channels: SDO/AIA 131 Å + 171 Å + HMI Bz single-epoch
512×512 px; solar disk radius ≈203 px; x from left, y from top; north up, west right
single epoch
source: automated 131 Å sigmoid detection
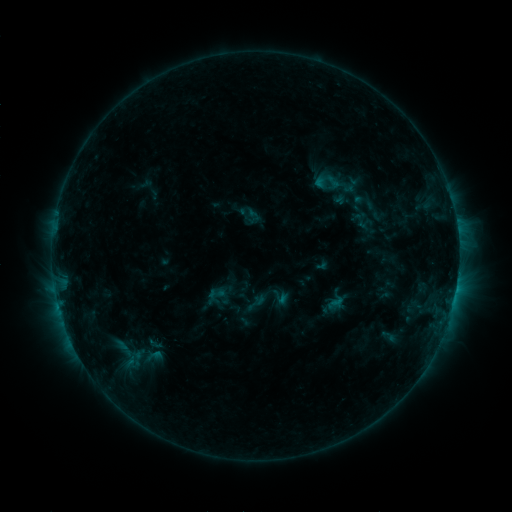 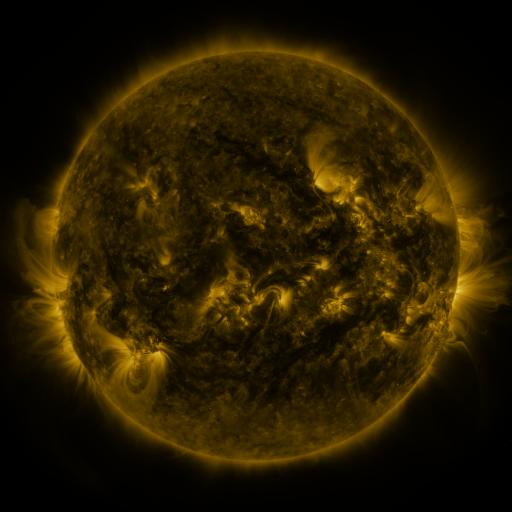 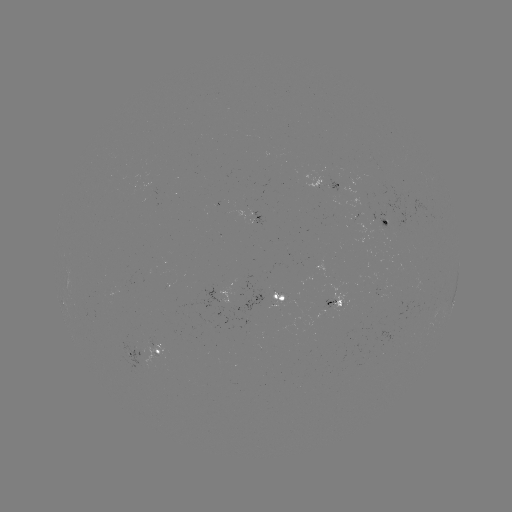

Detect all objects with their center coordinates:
sigmoid: (323, 171, 346, 191)
